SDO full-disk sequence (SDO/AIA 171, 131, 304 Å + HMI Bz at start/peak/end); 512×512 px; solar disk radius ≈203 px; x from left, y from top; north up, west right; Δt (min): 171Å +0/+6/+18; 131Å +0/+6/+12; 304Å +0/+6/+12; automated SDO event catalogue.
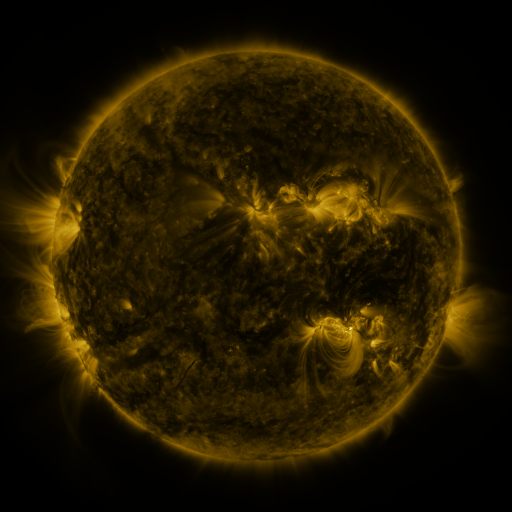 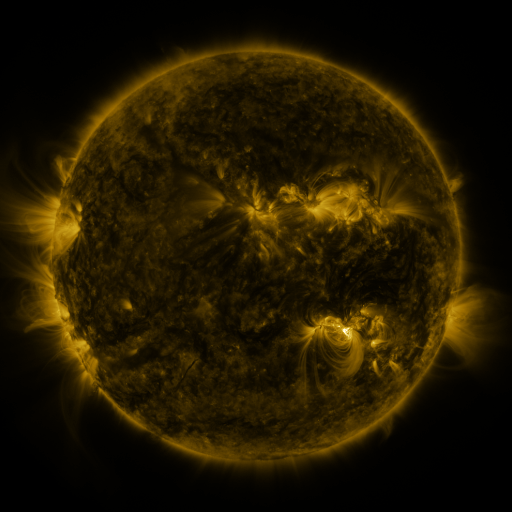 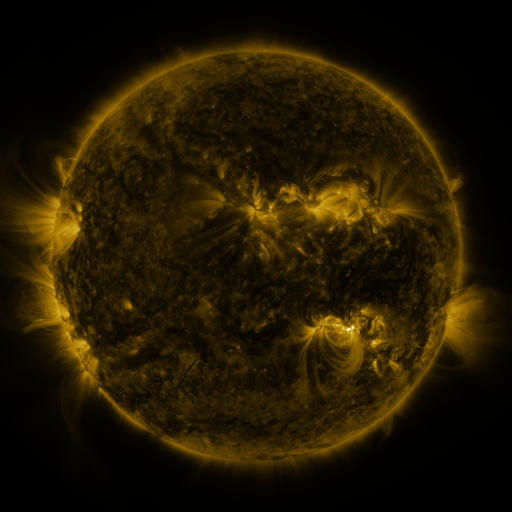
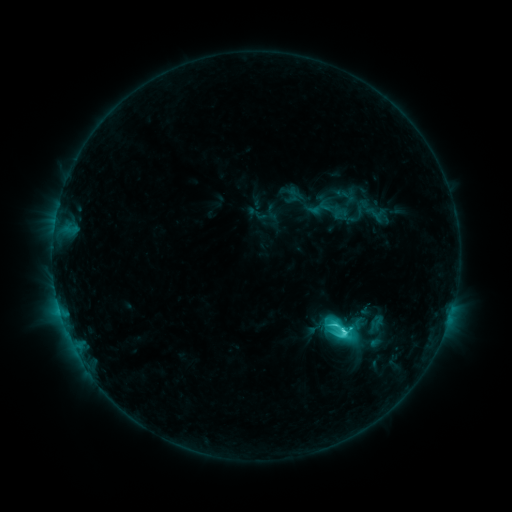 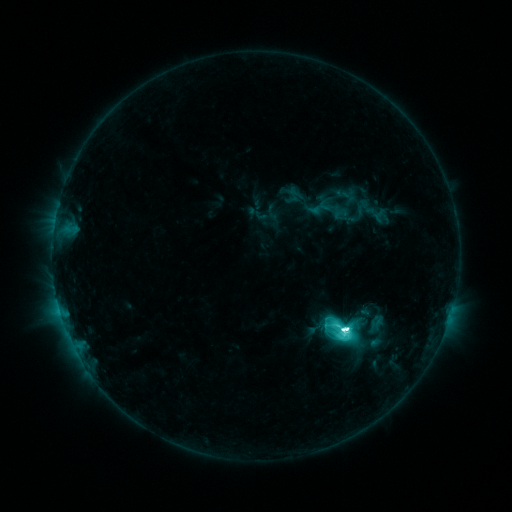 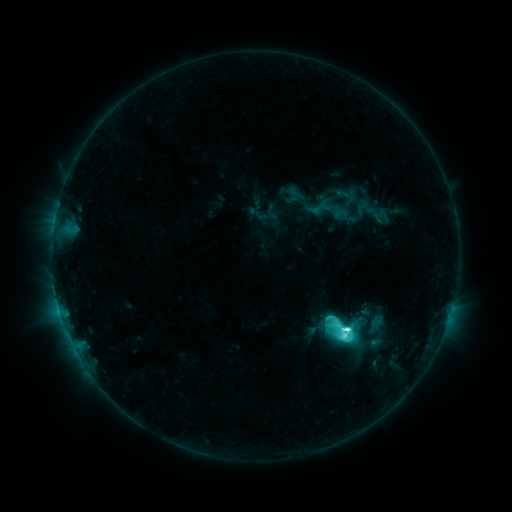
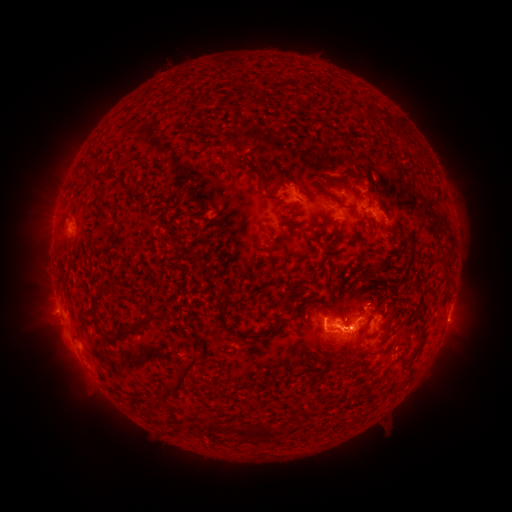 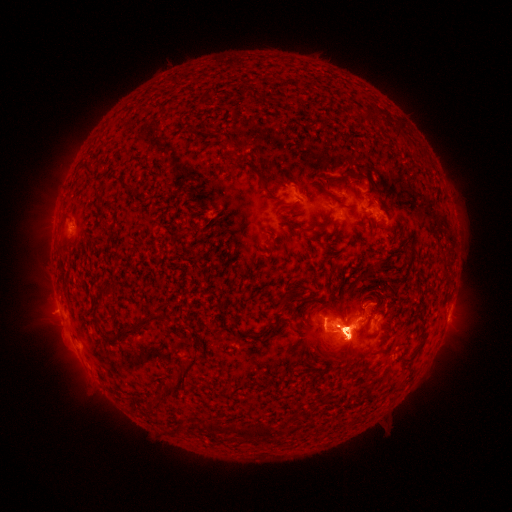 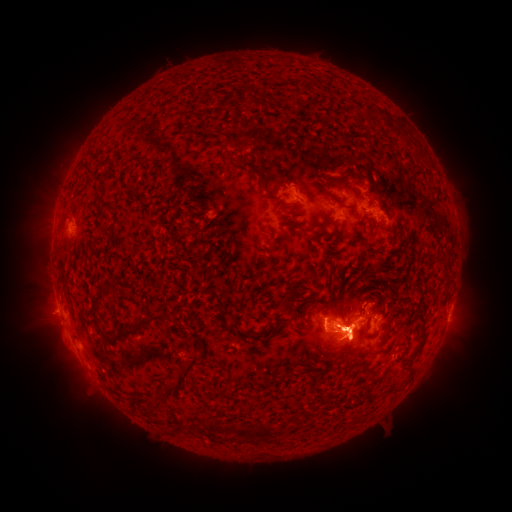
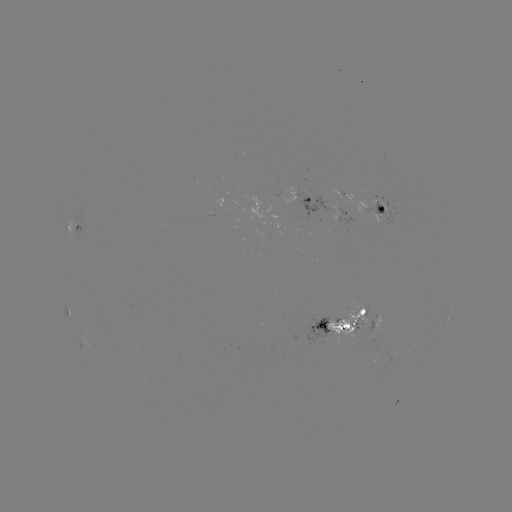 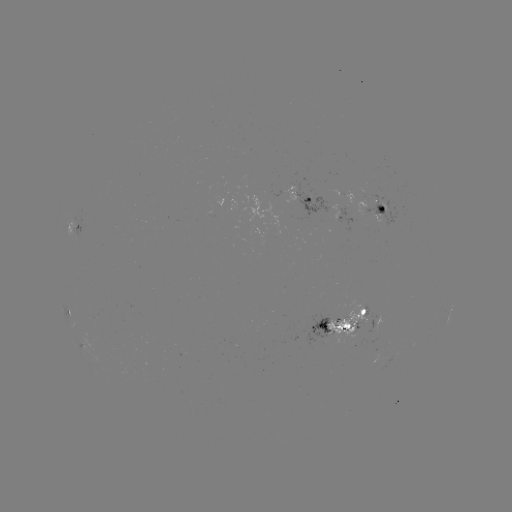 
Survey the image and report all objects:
eruption: (314, 183)
